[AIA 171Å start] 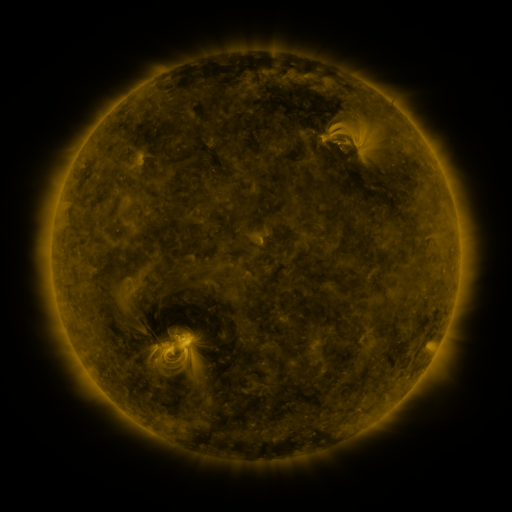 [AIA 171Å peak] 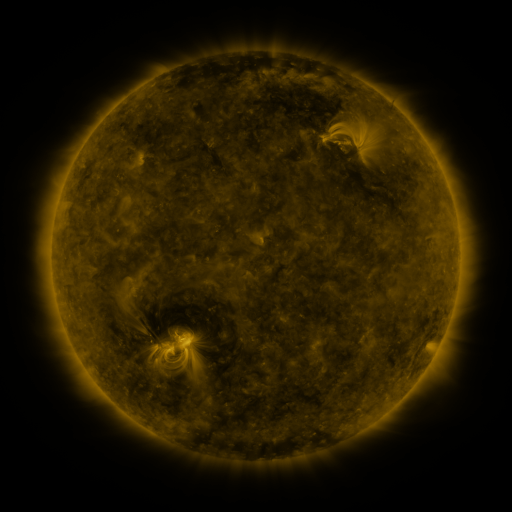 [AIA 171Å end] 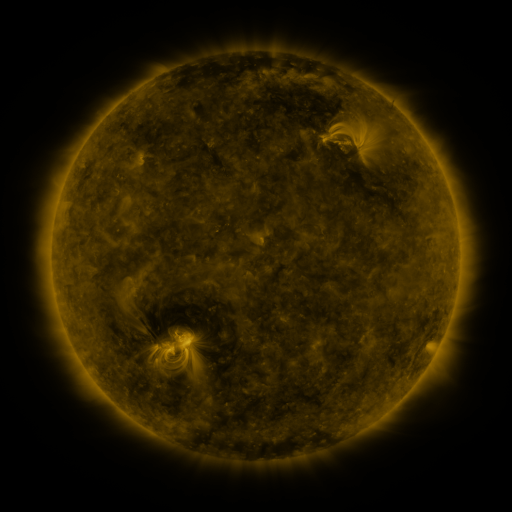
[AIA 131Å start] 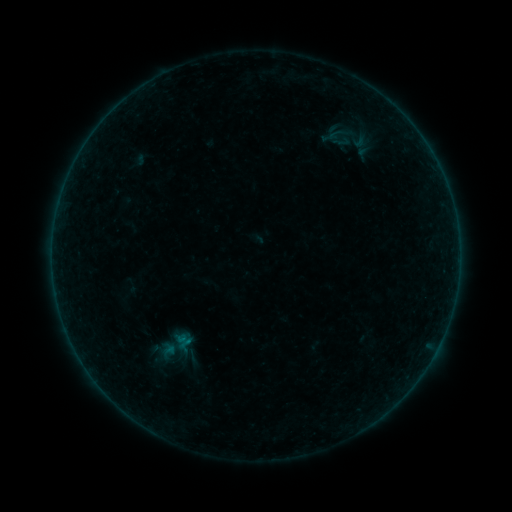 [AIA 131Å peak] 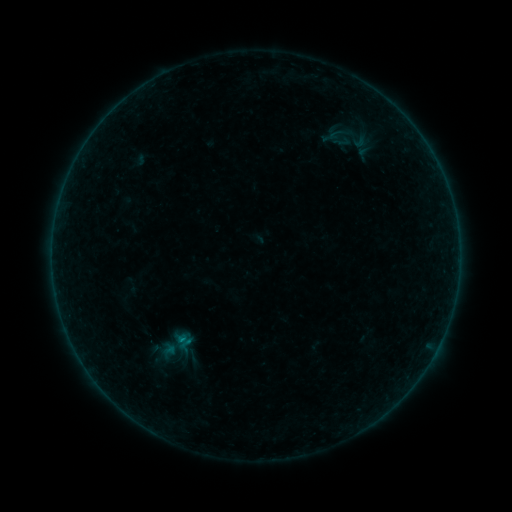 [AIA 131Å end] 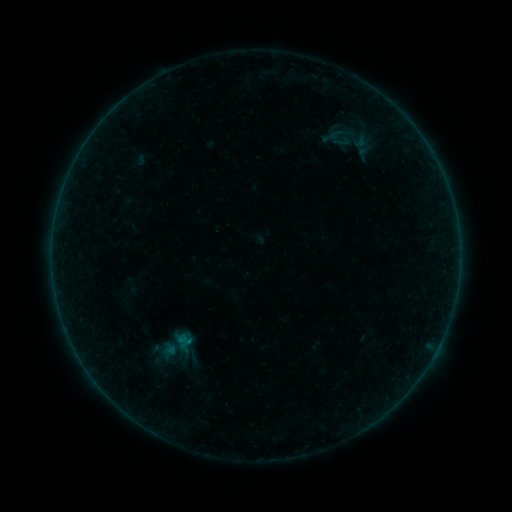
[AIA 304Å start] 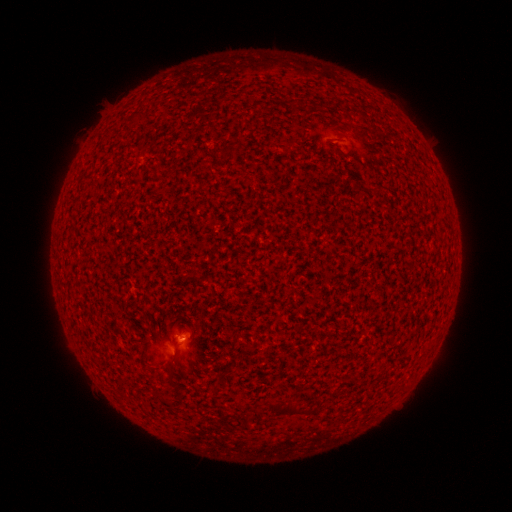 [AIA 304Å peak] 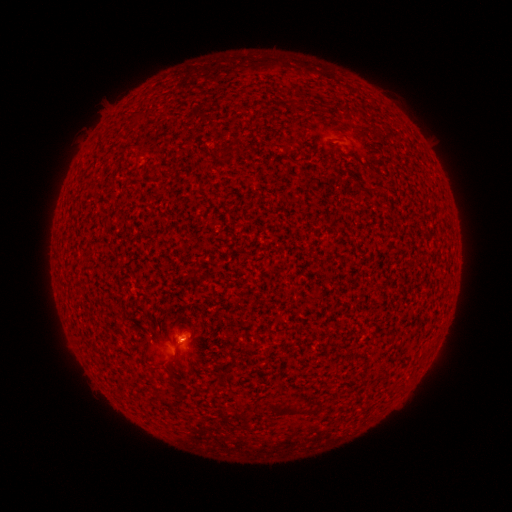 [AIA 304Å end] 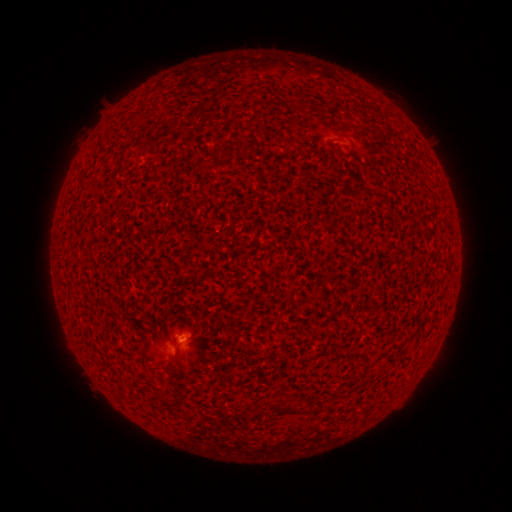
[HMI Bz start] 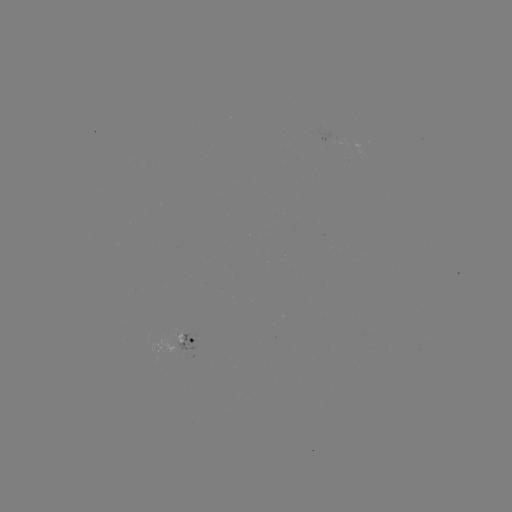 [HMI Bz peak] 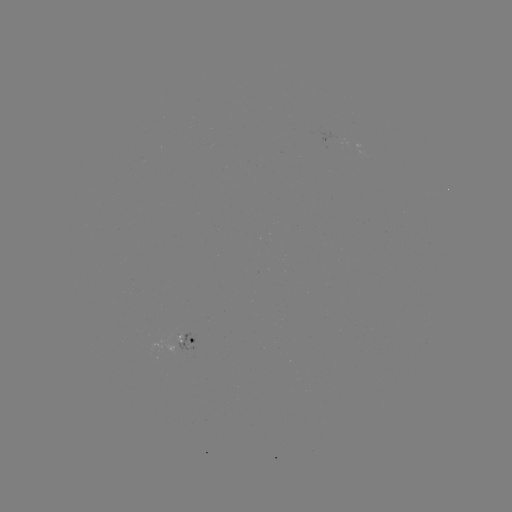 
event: flare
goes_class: B1.4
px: (183, 339)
